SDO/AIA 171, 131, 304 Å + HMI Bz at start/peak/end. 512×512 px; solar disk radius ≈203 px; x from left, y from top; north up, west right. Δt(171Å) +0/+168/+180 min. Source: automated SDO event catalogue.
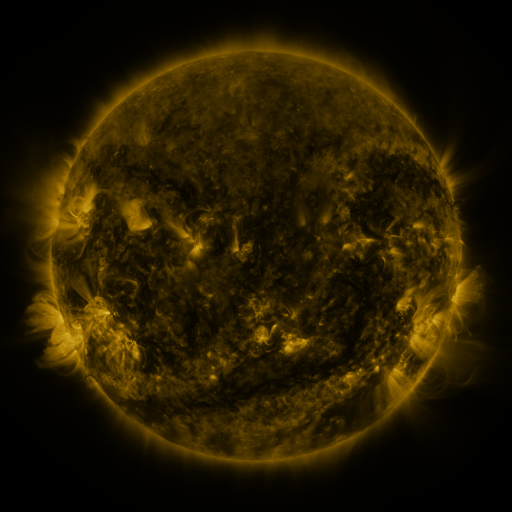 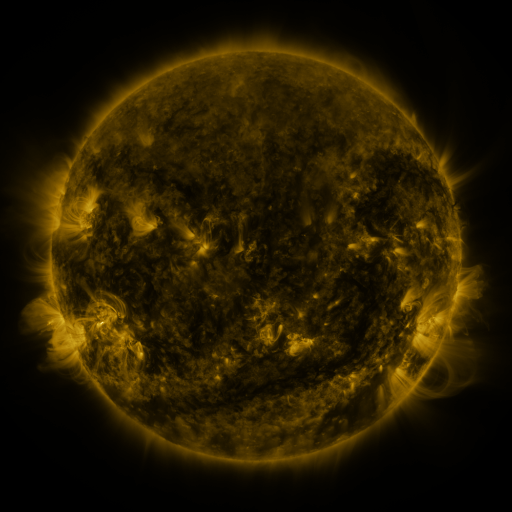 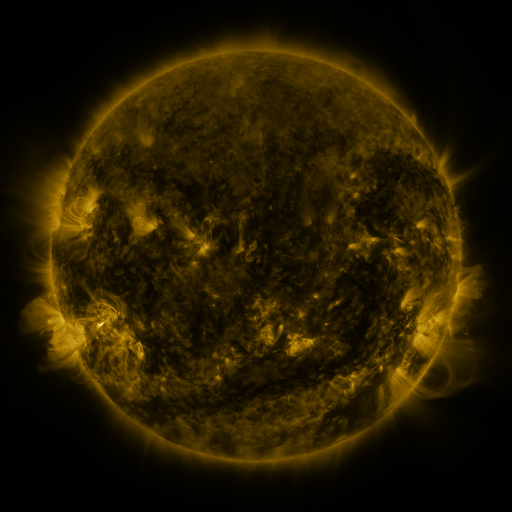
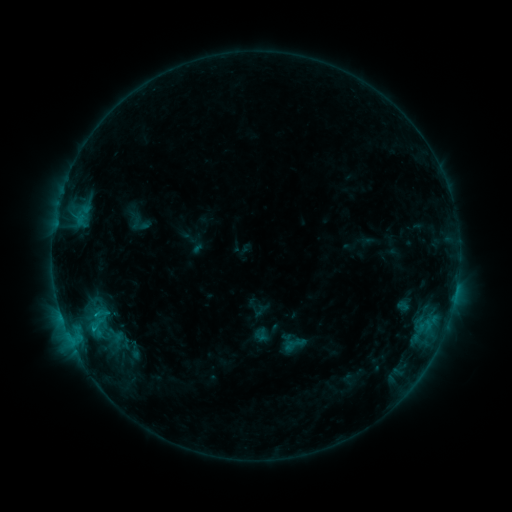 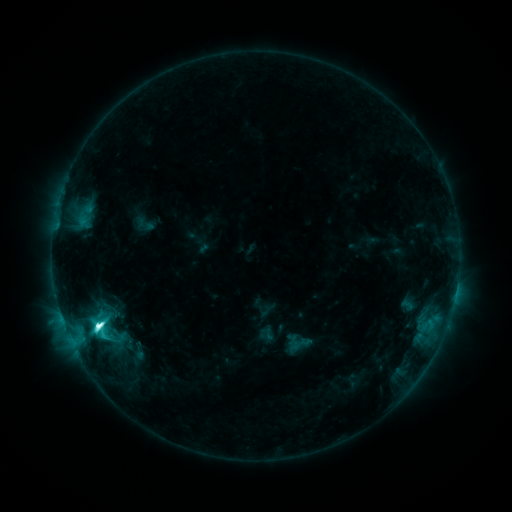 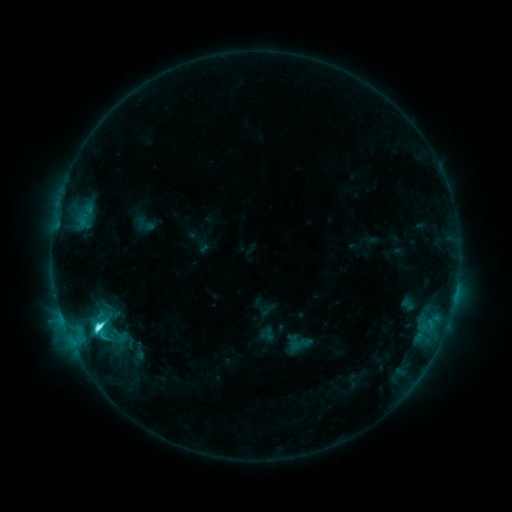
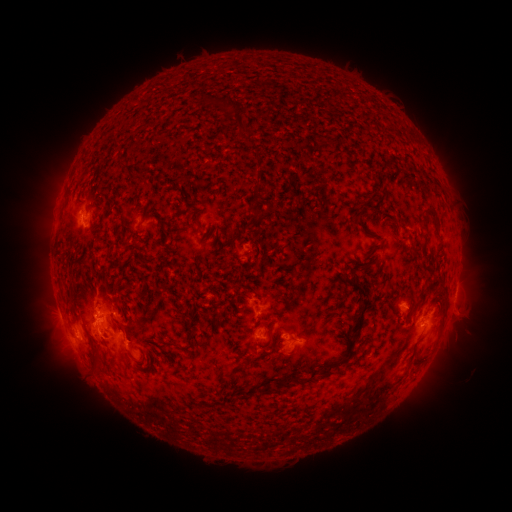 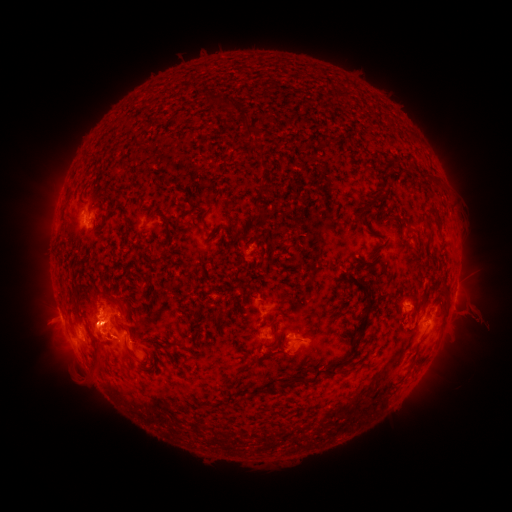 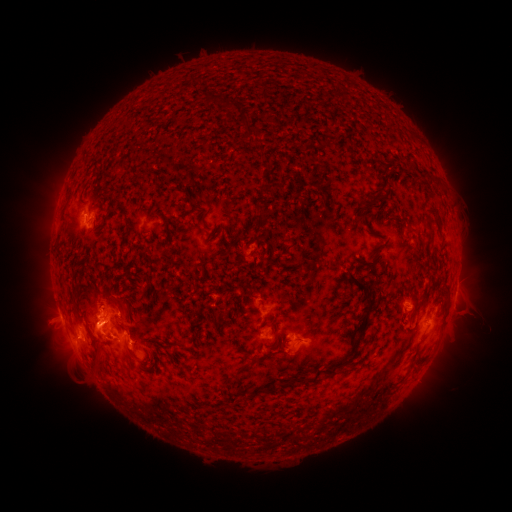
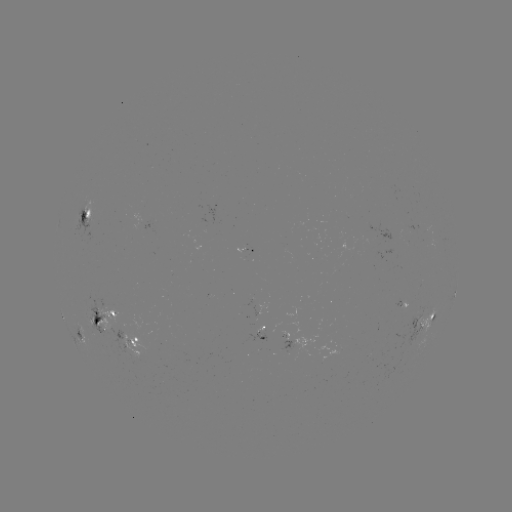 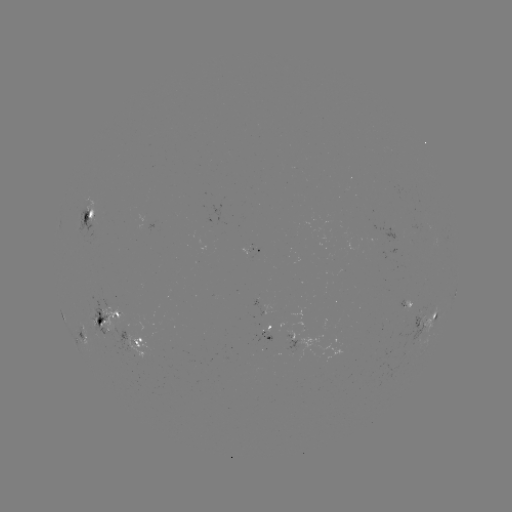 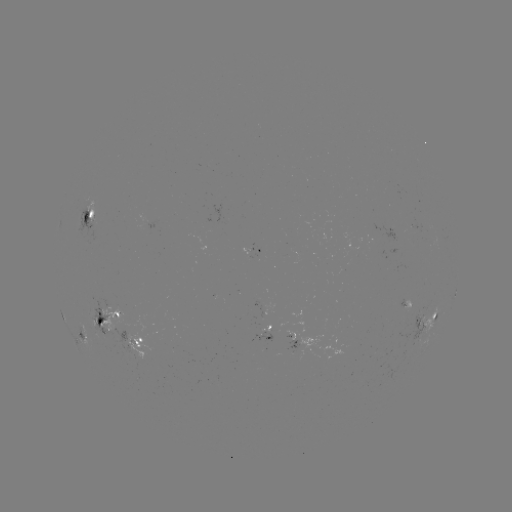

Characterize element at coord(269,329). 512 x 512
emerging-flux region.